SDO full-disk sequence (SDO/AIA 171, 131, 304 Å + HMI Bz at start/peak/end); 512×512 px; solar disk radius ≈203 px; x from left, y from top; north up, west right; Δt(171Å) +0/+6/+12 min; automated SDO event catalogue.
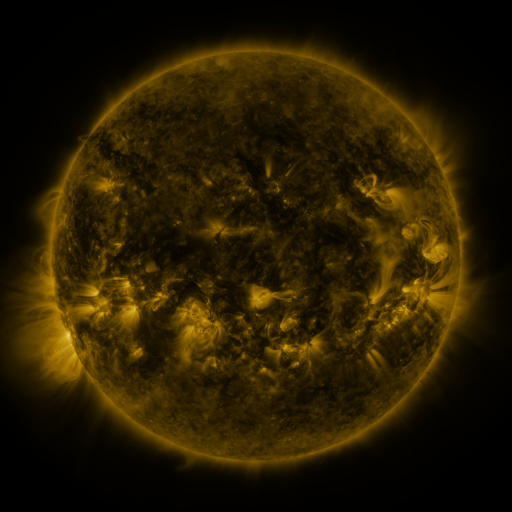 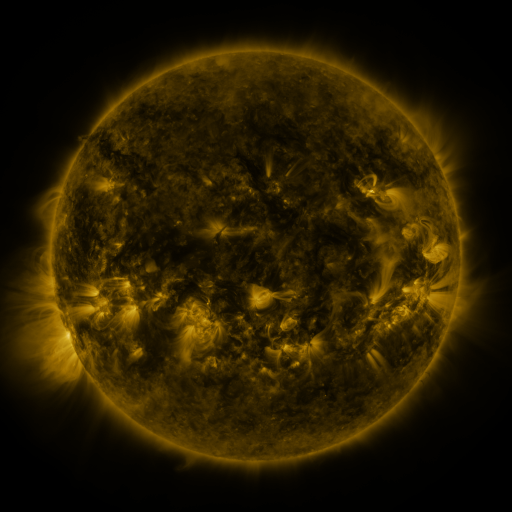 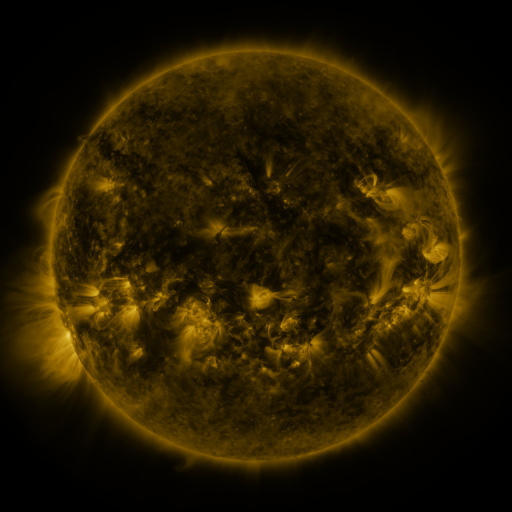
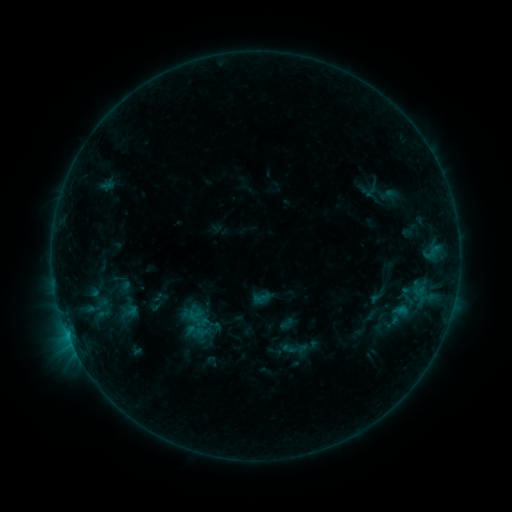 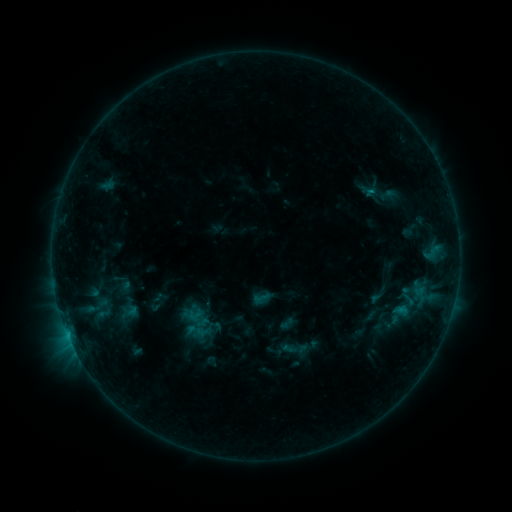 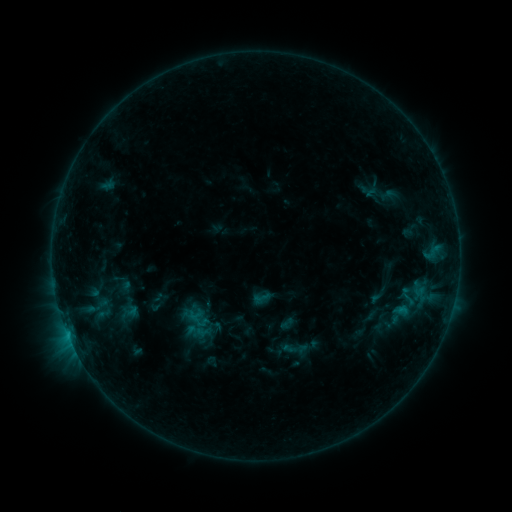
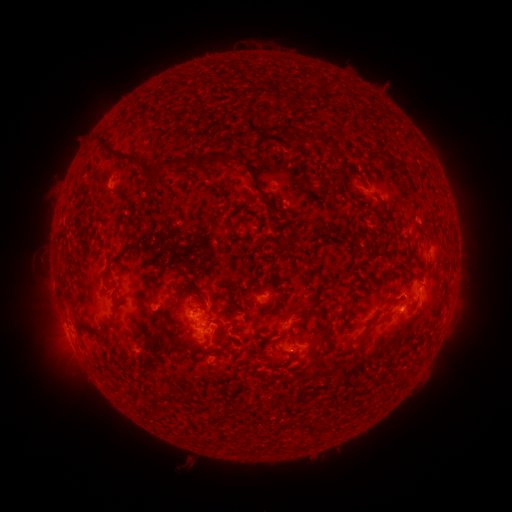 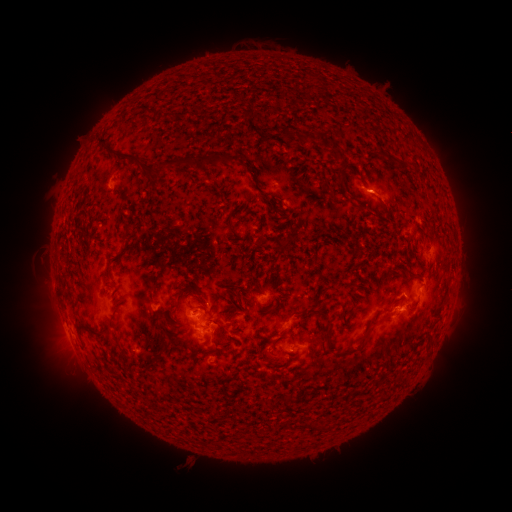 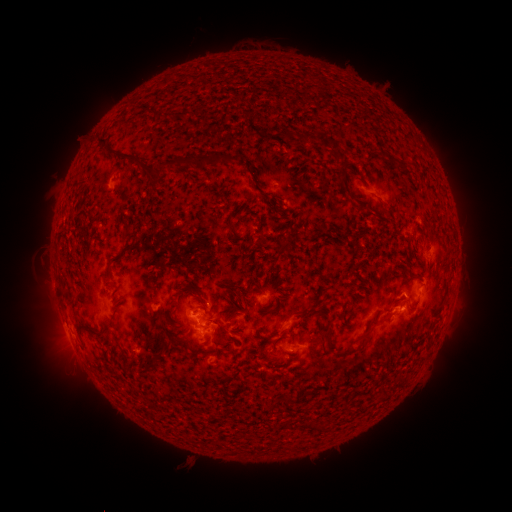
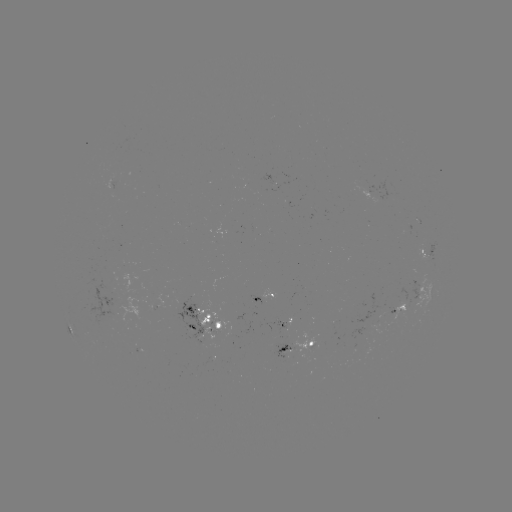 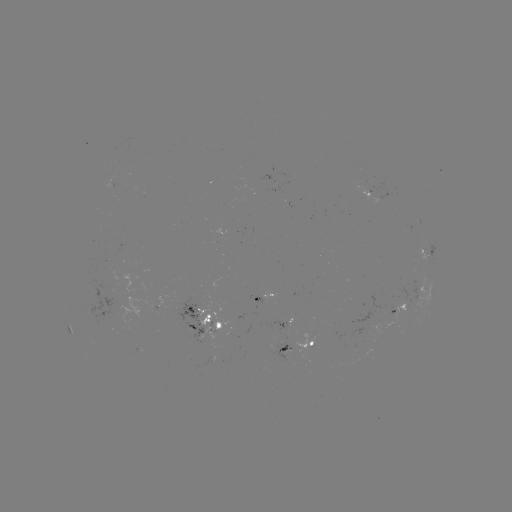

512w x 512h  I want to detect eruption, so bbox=[364, 170, 405, 215].